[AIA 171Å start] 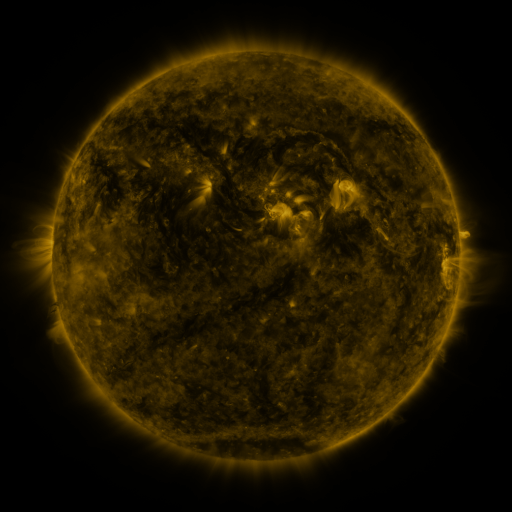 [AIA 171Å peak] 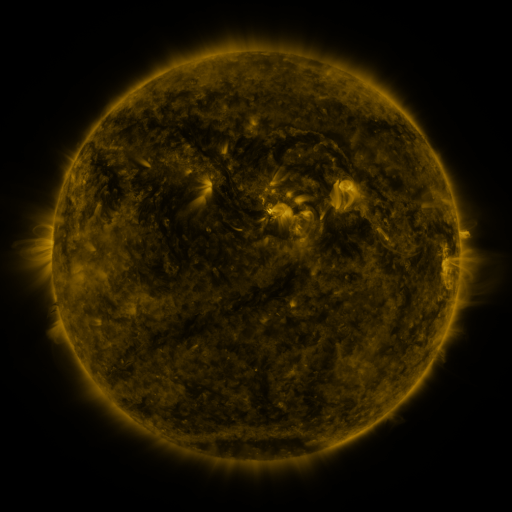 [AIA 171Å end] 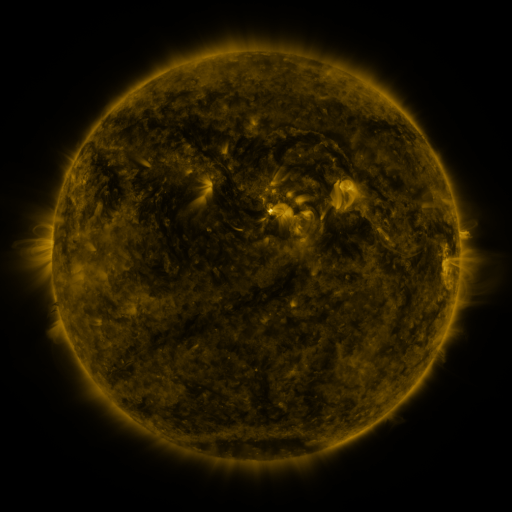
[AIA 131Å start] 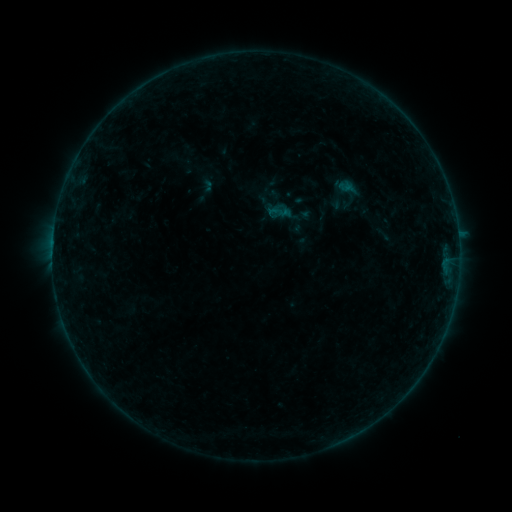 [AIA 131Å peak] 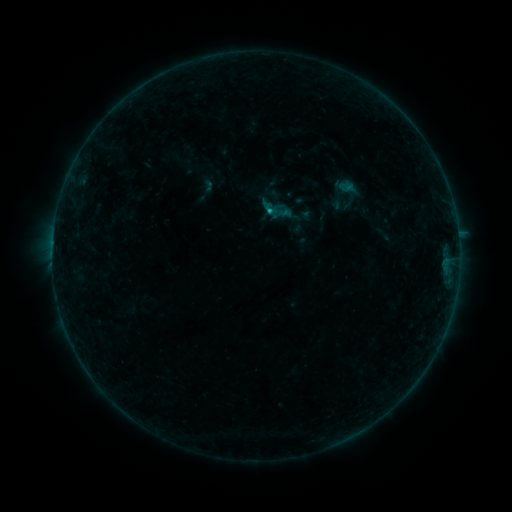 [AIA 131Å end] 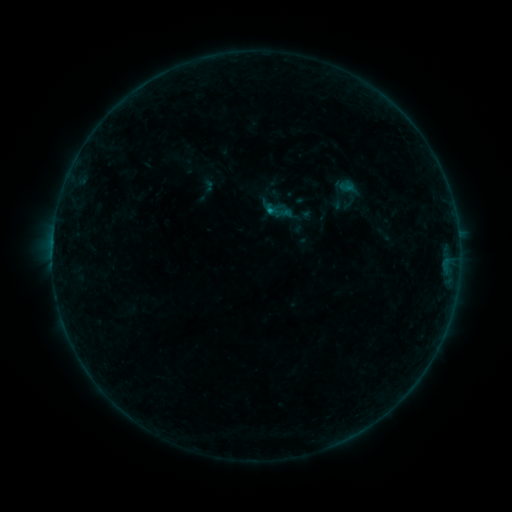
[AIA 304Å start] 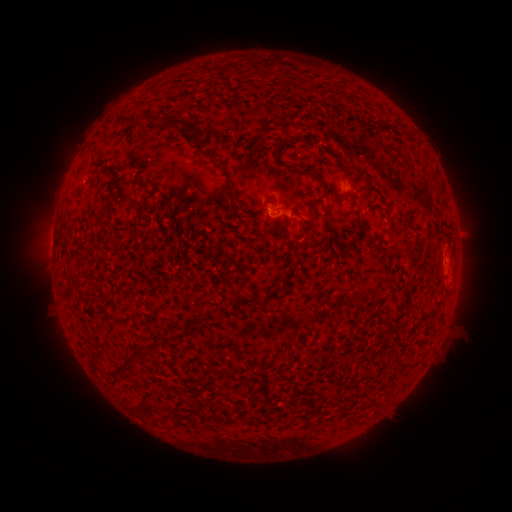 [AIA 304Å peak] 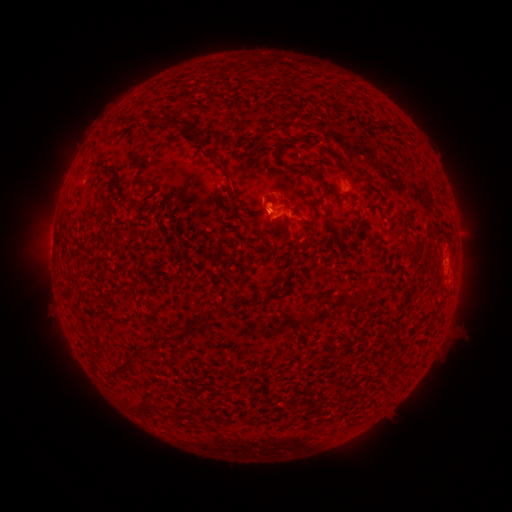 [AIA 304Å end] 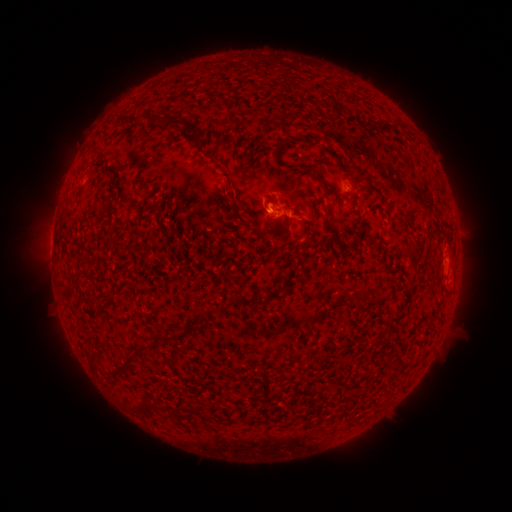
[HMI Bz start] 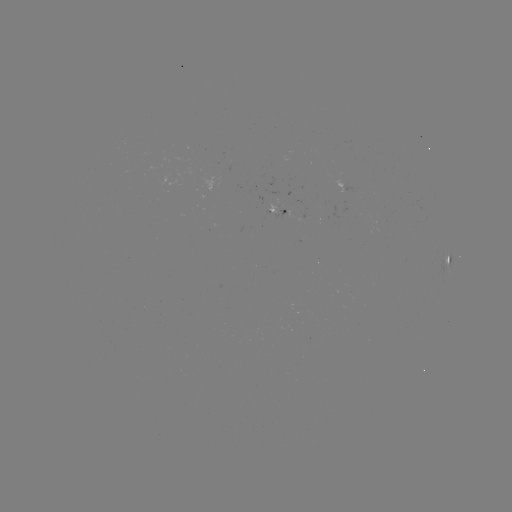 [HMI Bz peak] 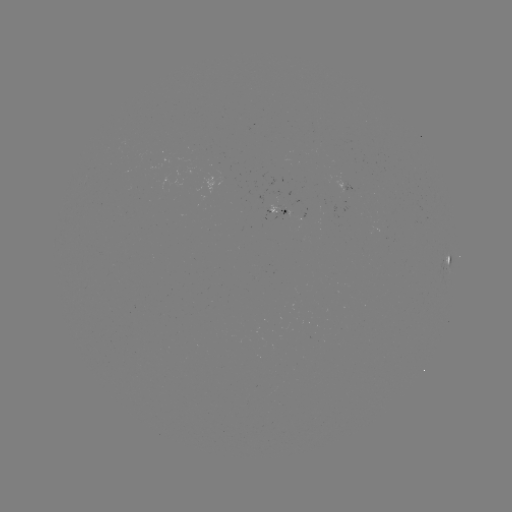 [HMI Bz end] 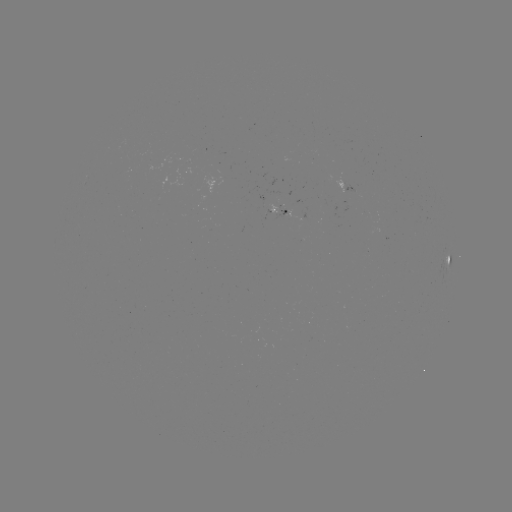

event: flare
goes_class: B4.1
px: (266, 212)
